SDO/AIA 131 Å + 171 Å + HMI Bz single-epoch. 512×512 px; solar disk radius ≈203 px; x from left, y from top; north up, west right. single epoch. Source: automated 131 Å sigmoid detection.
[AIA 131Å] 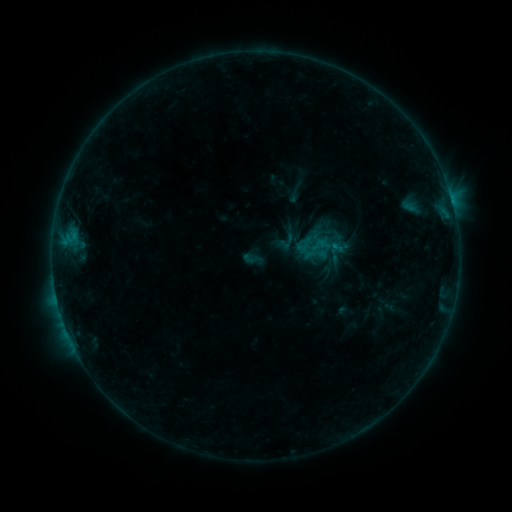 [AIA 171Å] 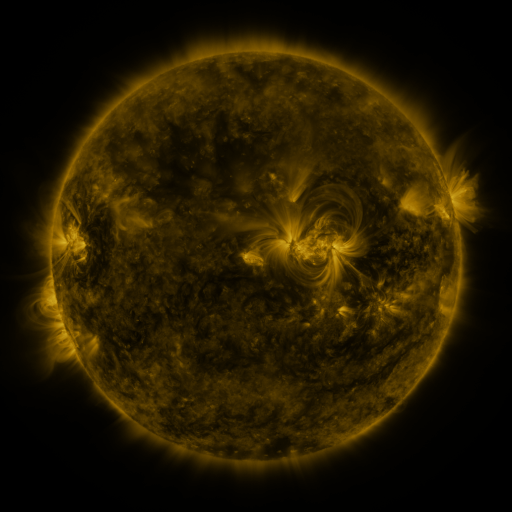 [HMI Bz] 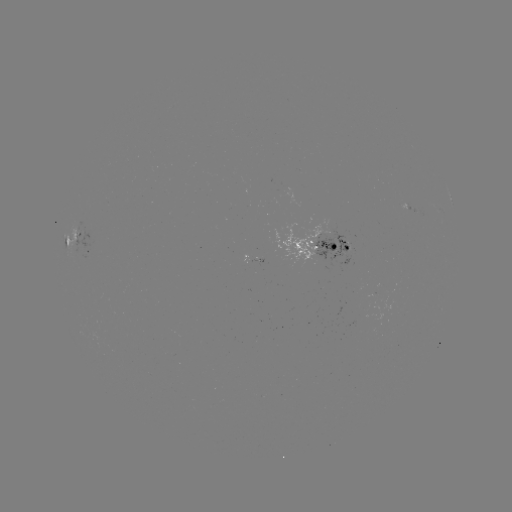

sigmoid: <bbox>241, 247, 263, 269</bbox>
